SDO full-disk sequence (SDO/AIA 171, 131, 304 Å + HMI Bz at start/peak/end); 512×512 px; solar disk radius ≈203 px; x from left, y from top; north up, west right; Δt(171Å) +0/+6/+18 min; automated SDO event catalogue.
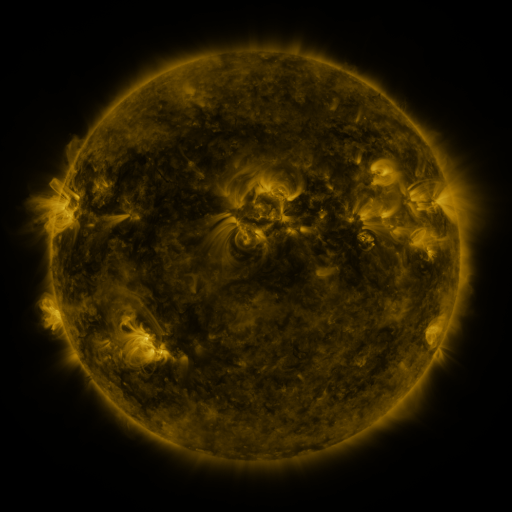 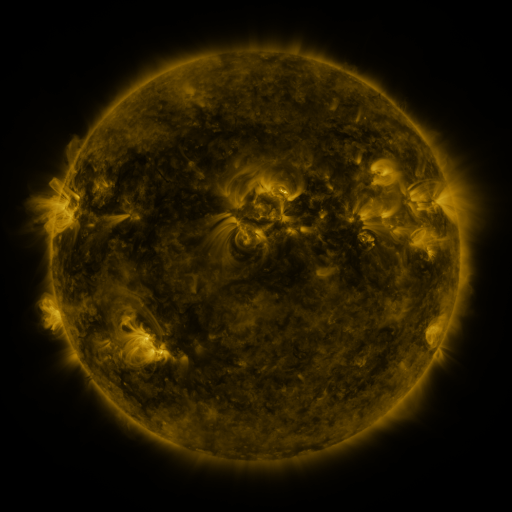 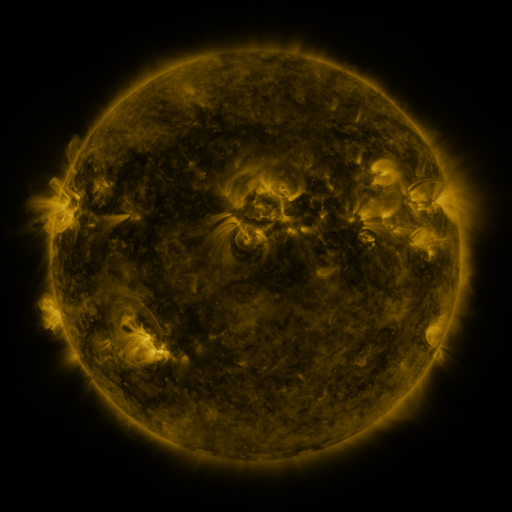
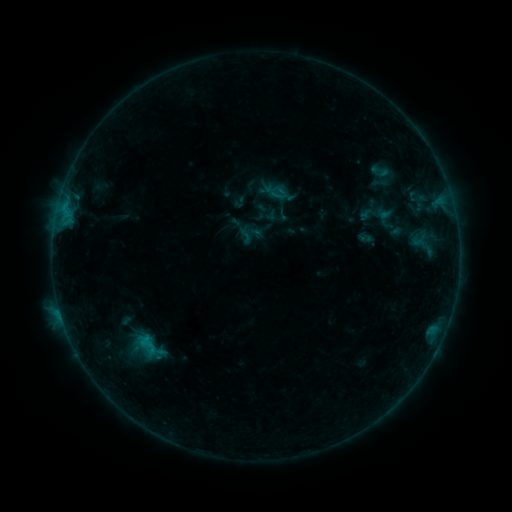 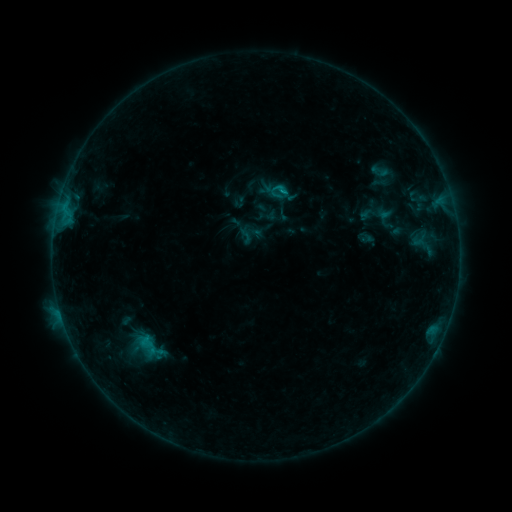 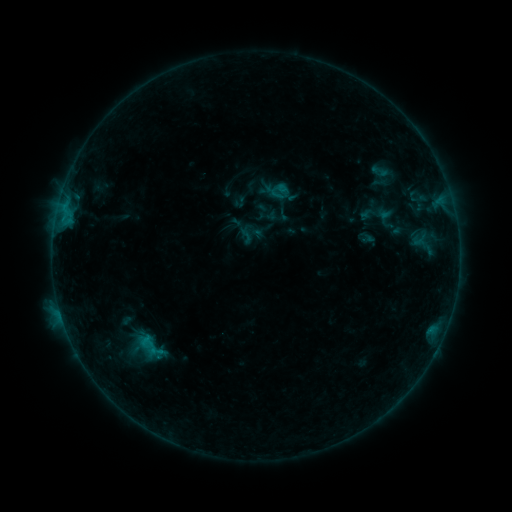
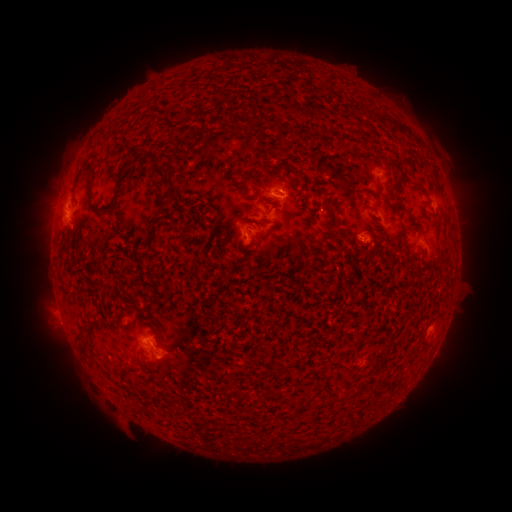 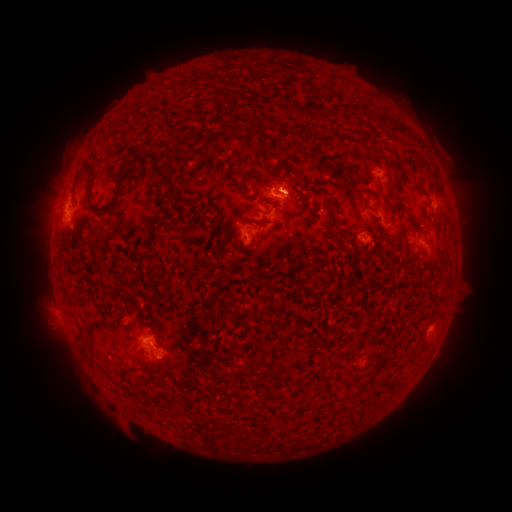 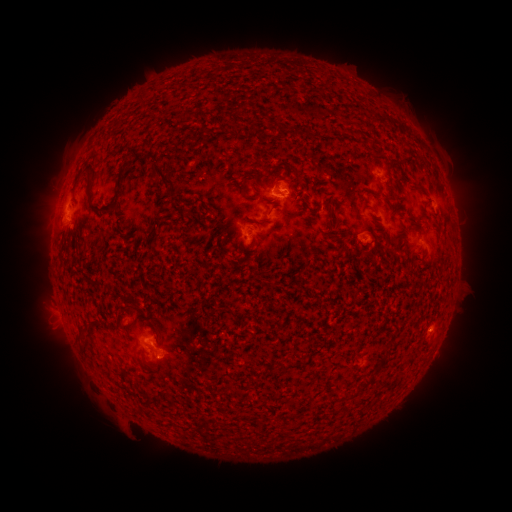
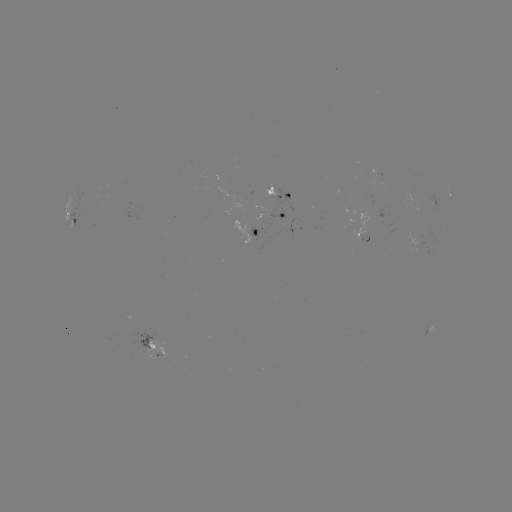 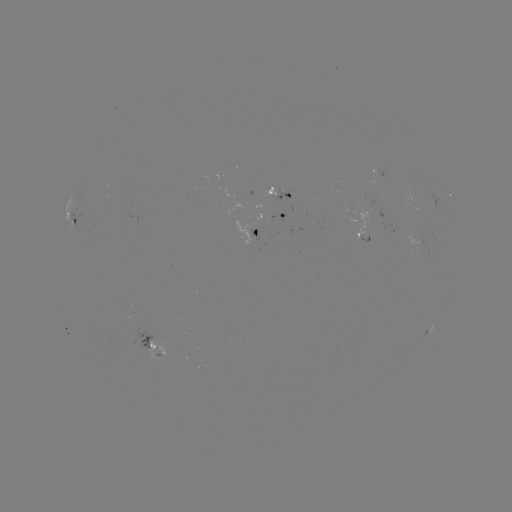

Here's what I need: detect B5.5 flare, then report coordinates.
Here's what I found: B5.5 flare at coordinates (281, 193).